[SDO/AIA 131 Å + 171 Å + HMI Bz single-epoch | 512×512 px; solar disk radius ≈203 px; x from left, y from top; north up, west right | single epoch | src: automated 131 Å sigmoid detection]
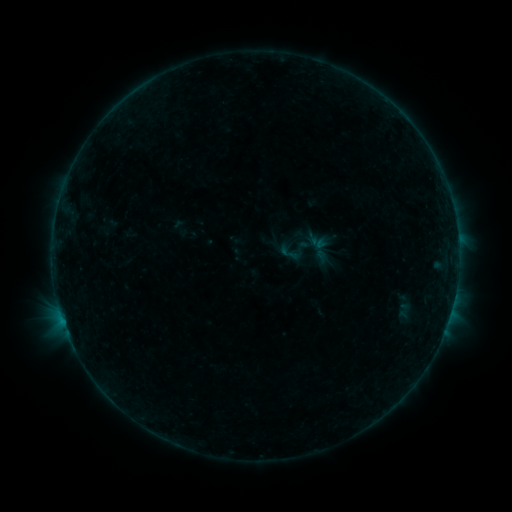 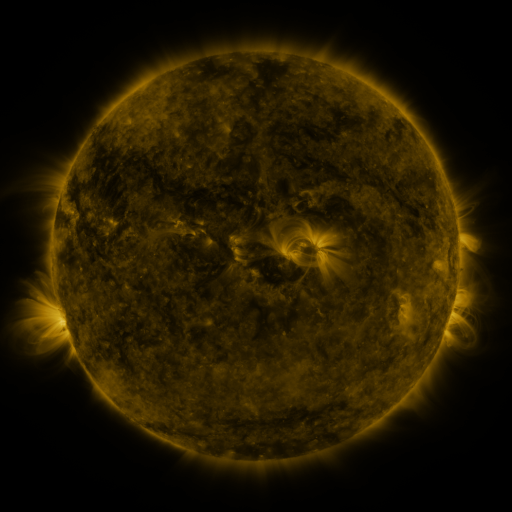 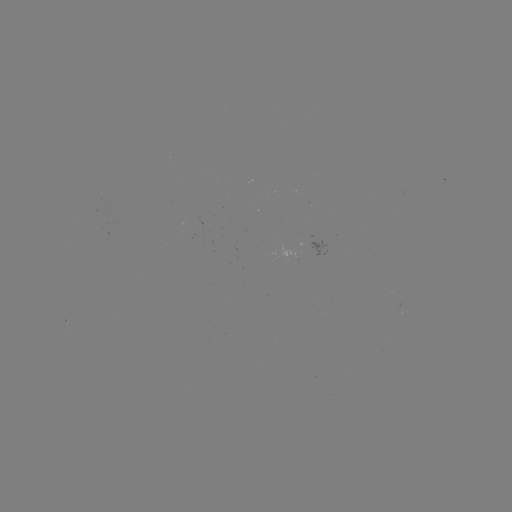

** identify sigmoid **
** [289, 253] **